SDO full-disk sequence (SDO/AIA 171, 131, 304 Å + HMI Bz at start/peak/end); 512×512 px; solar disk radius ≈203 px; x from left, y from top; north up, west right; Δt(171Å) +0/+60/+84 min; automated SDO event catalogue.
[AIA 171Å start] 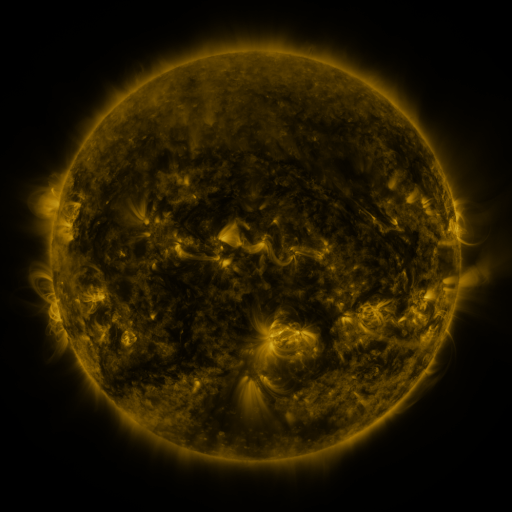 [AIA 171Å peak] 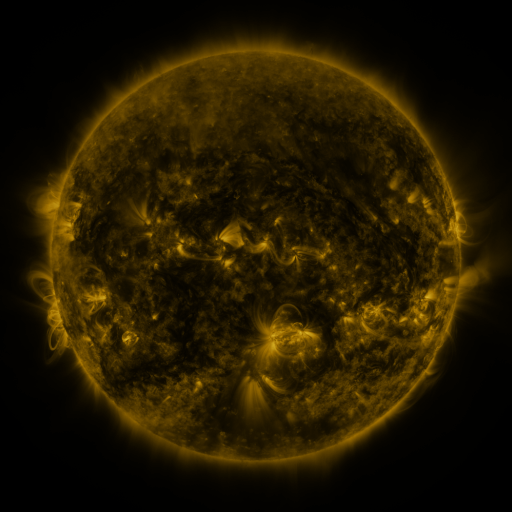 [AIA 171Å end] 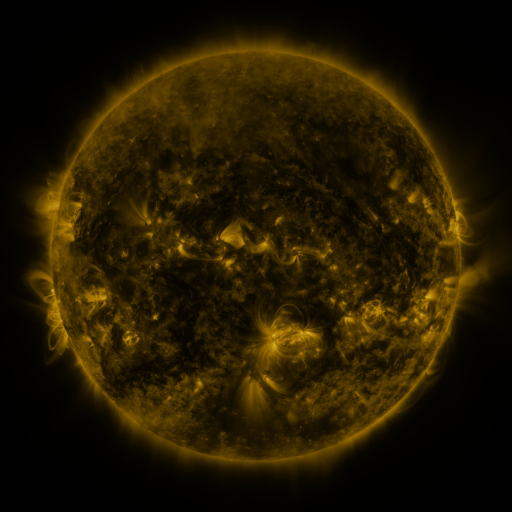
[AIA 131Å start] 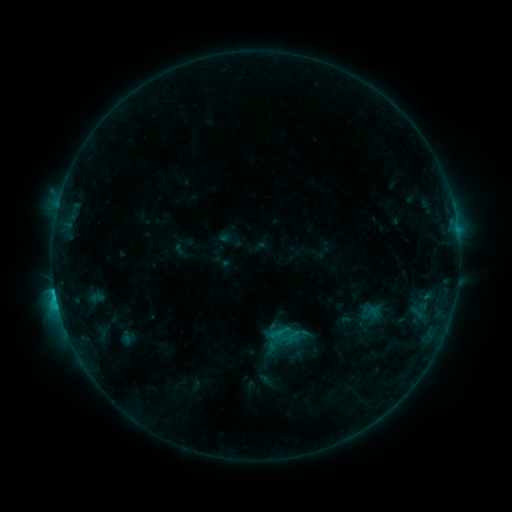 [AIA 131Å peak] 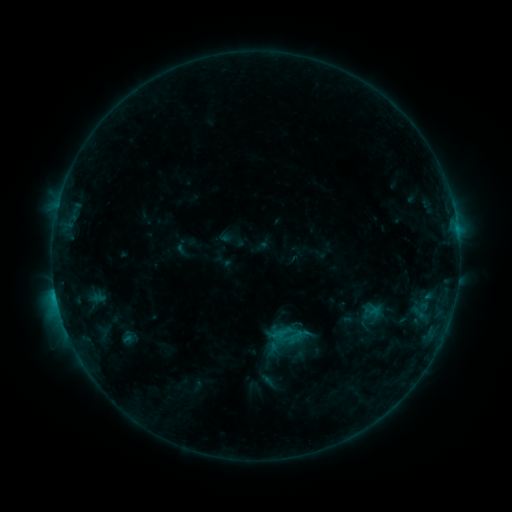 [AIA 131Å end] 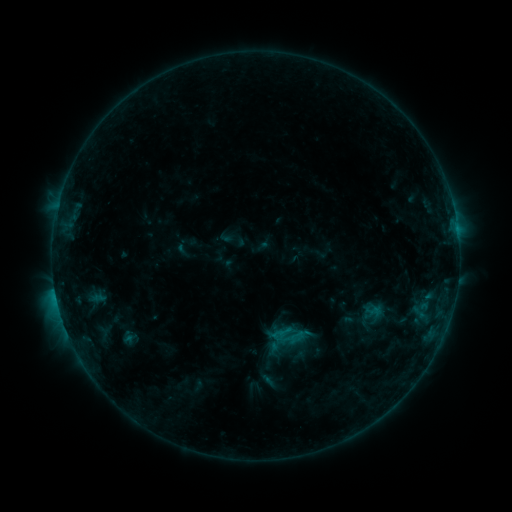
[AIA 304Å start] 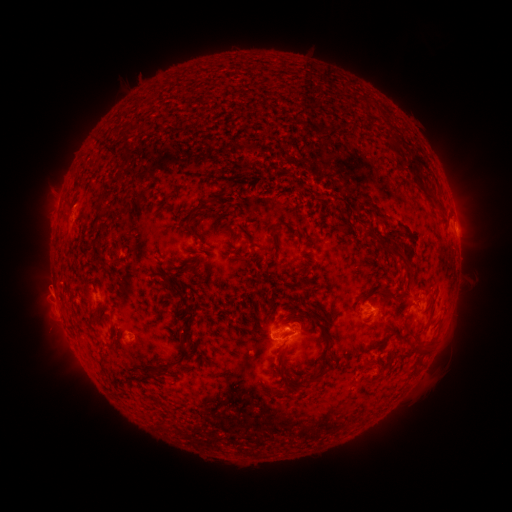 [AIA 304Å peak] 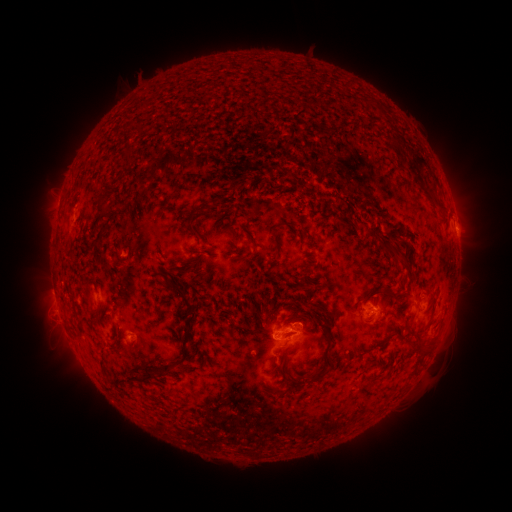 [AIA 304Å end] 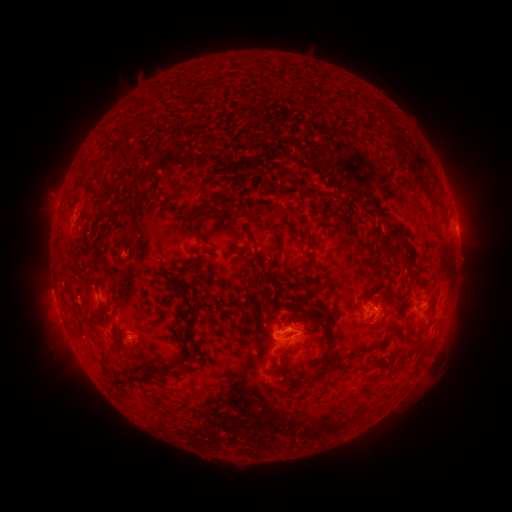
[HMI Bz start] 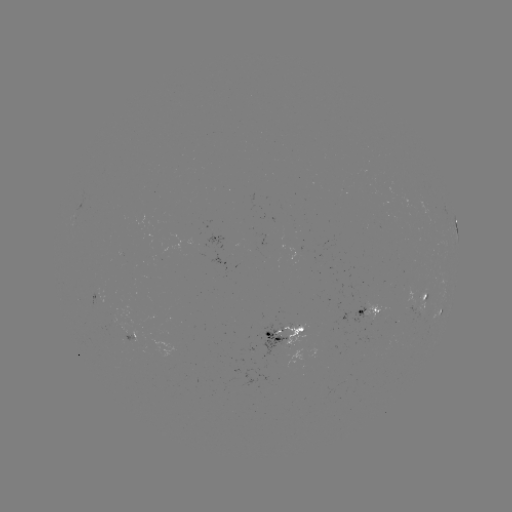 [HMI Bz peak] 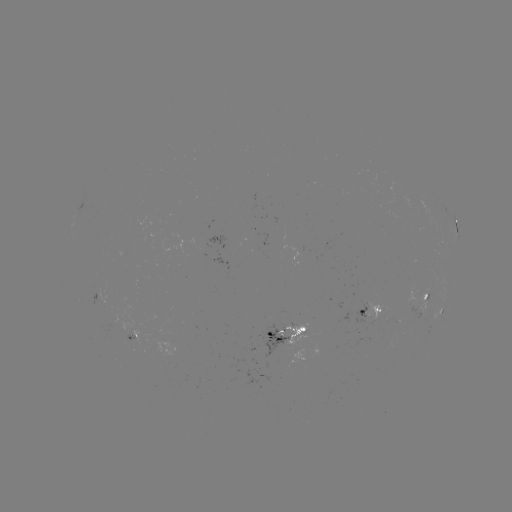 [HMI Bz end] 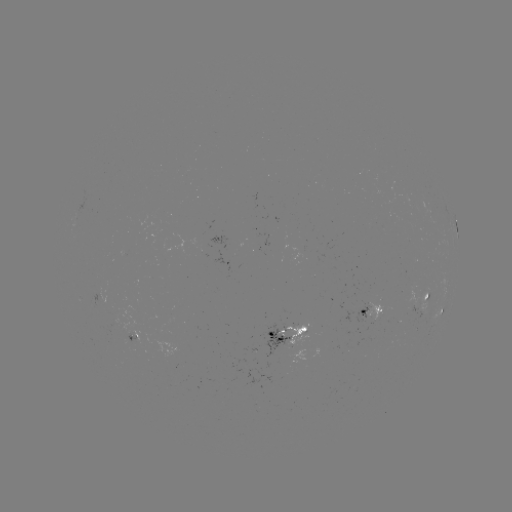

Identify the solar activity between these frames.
emerging-flux region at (294, 340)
